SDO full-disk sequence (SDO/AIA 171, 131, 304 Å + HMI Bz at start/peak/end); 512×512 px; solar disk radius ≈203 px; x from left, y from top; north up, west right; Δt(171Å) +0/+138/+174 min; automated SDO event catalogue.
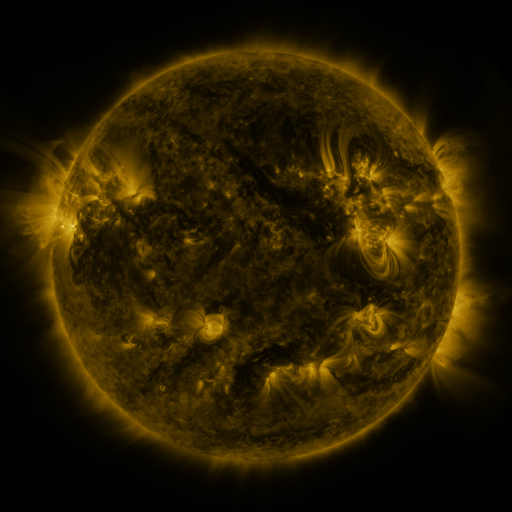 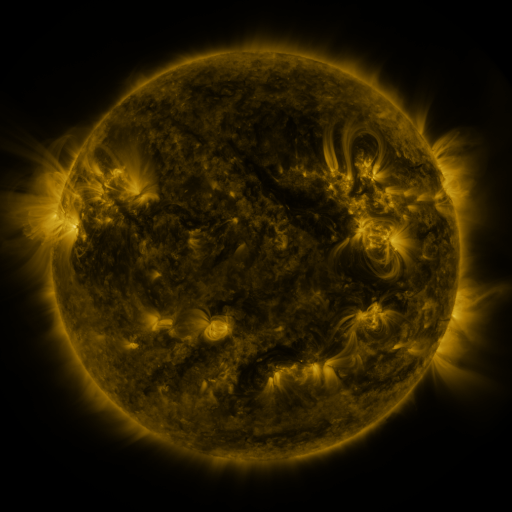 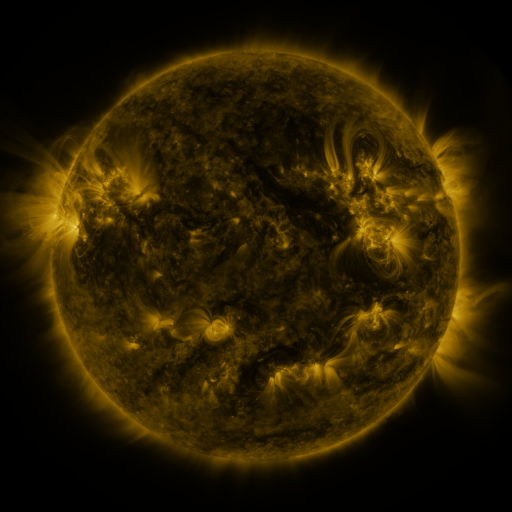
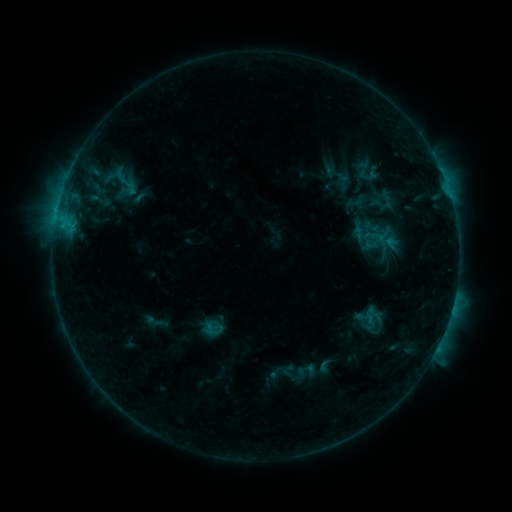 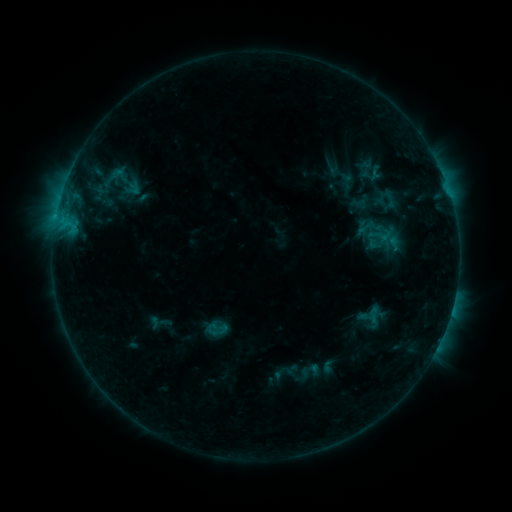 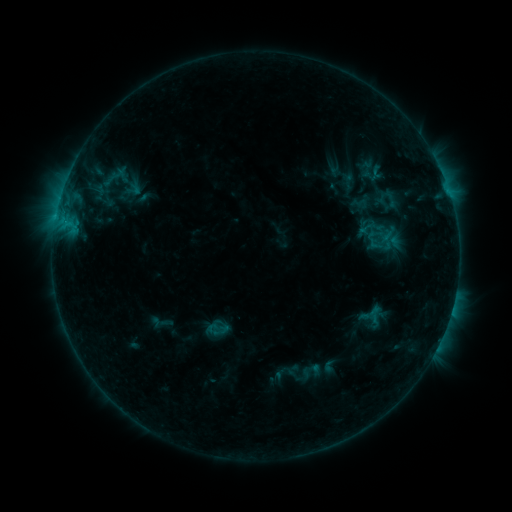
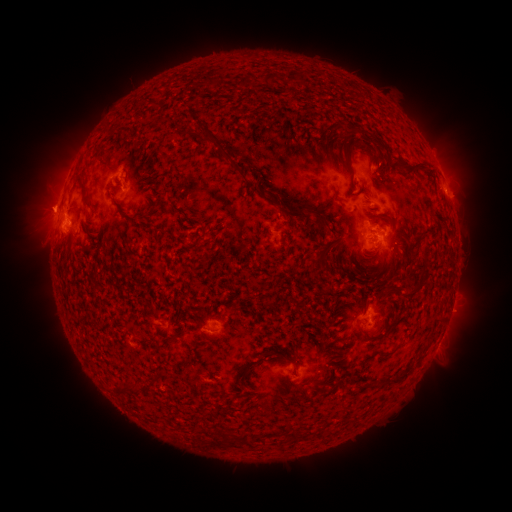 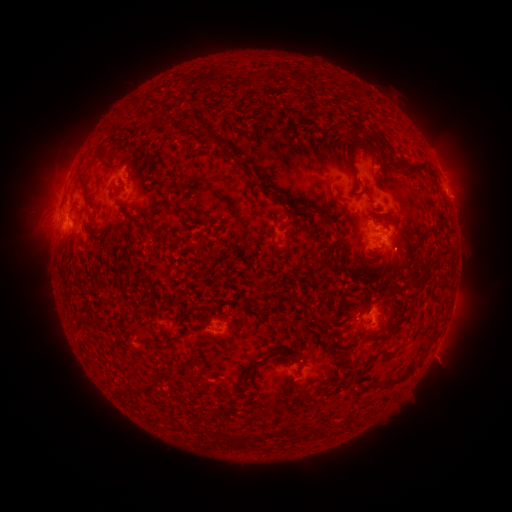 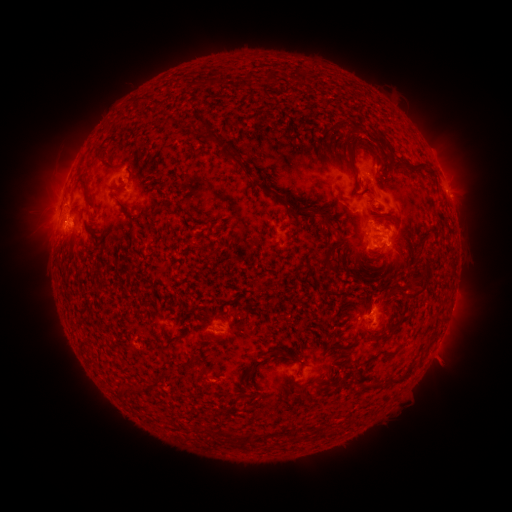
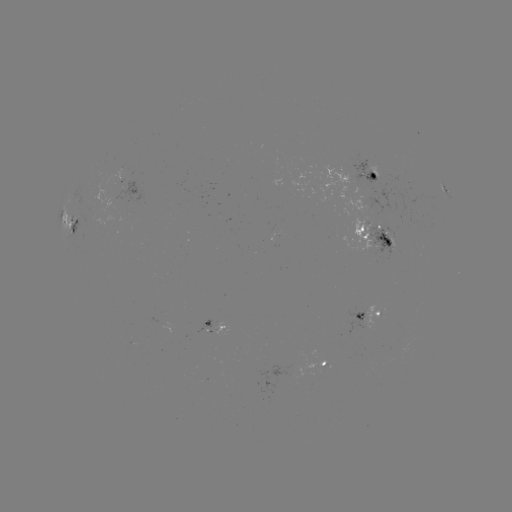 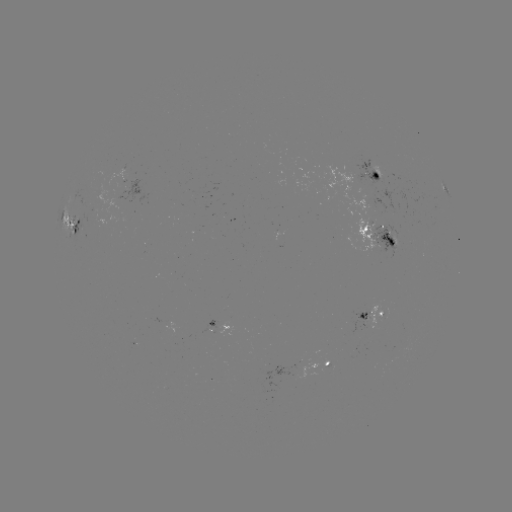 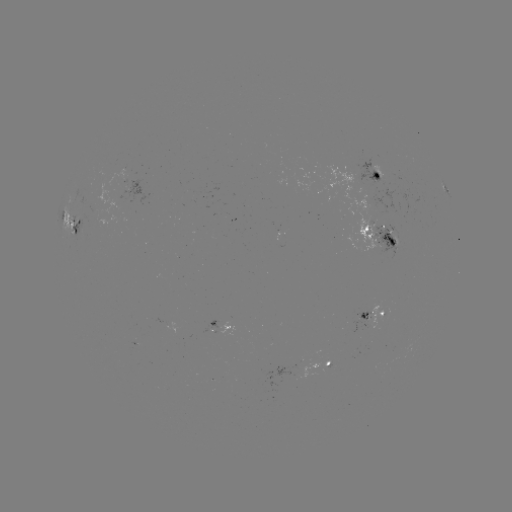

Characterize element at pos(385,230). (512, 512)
emerging-flux region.